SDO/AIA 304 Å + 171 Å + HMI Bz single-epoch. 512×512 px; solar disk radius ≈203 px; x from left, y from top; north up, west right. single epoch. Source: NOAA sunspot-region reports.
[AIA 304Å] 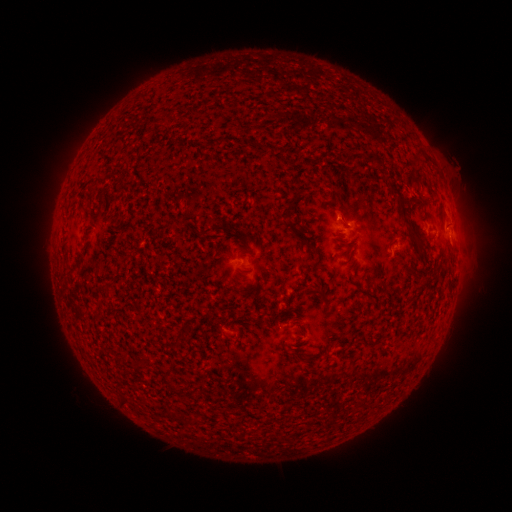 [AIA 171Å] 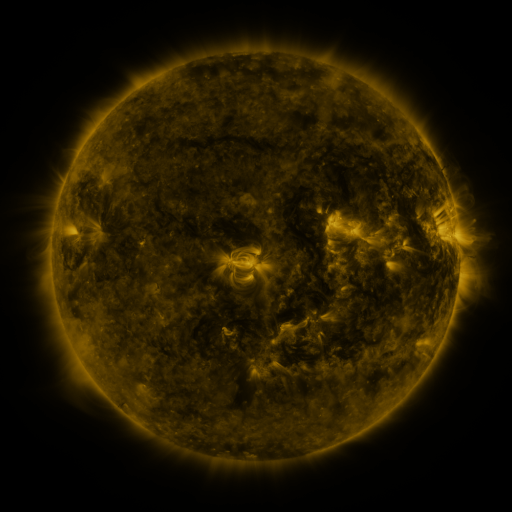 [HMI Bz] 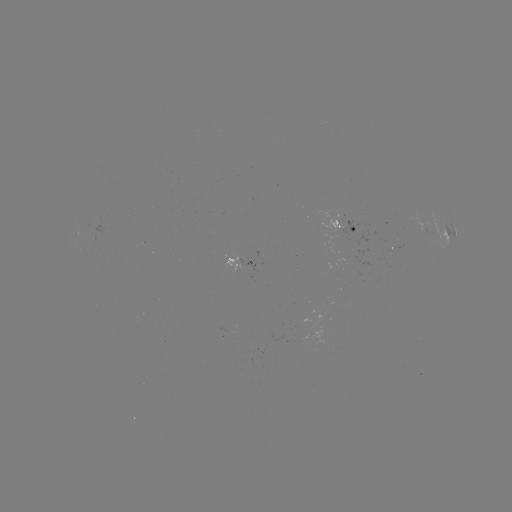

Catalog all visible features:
spotted active region: (348, 225)
spotted active region: (437, 228)
spotted active region: (452, 233)
spotted active region: (245, 263)
